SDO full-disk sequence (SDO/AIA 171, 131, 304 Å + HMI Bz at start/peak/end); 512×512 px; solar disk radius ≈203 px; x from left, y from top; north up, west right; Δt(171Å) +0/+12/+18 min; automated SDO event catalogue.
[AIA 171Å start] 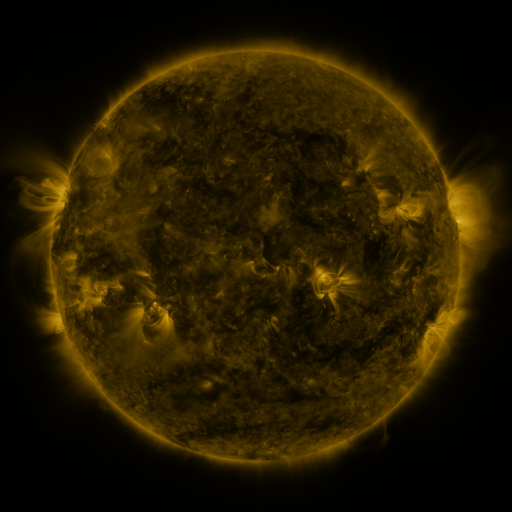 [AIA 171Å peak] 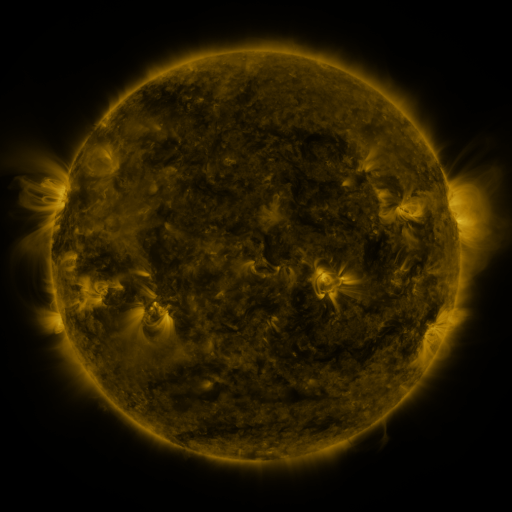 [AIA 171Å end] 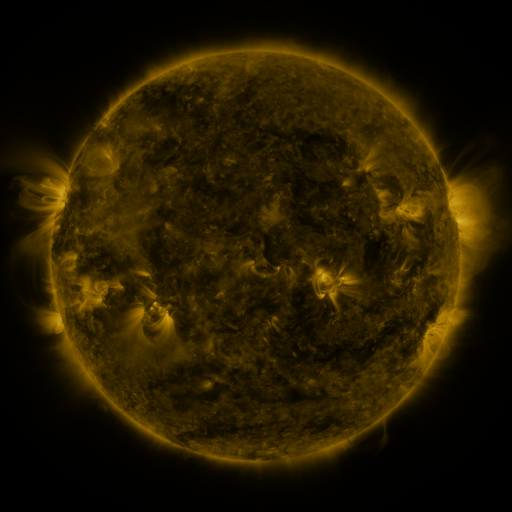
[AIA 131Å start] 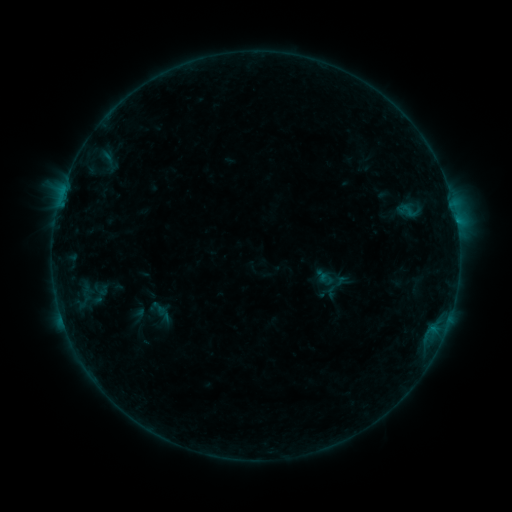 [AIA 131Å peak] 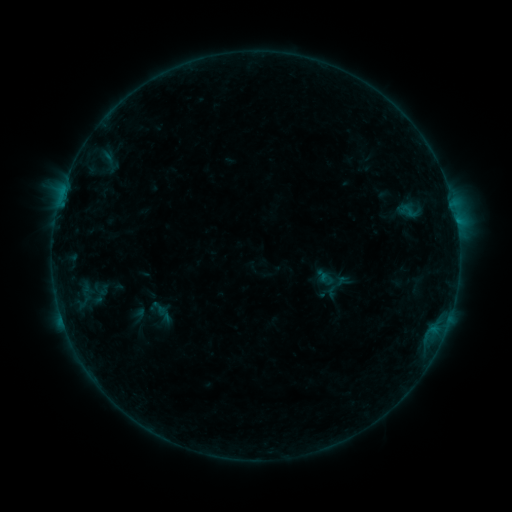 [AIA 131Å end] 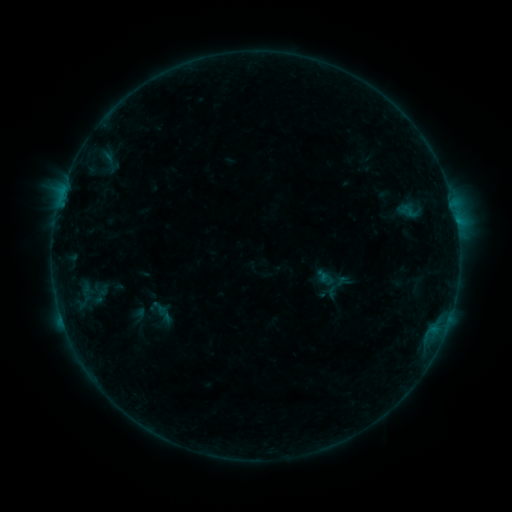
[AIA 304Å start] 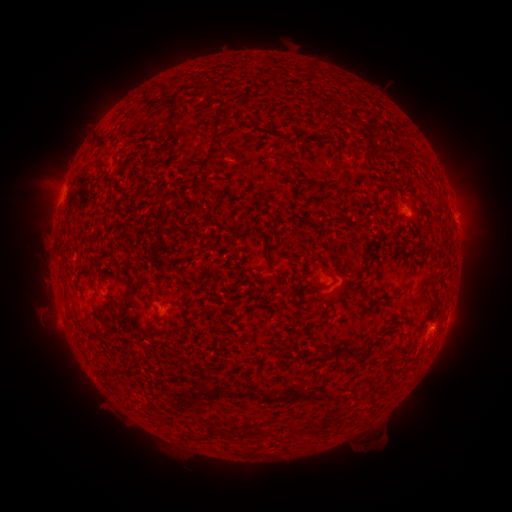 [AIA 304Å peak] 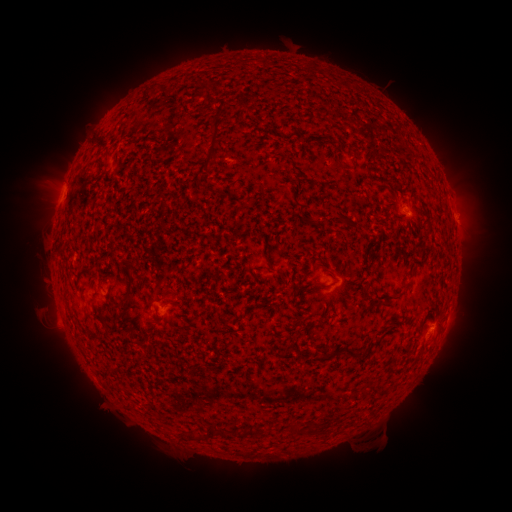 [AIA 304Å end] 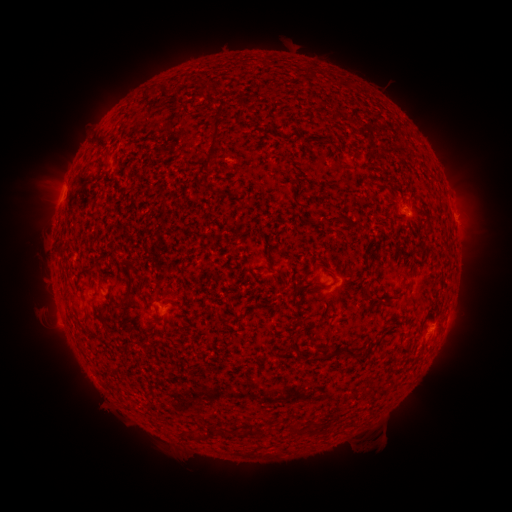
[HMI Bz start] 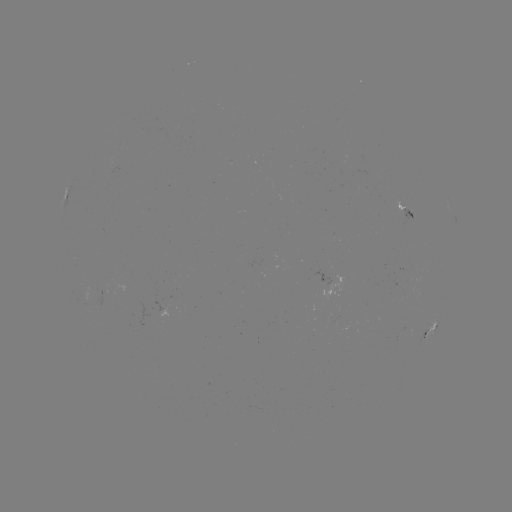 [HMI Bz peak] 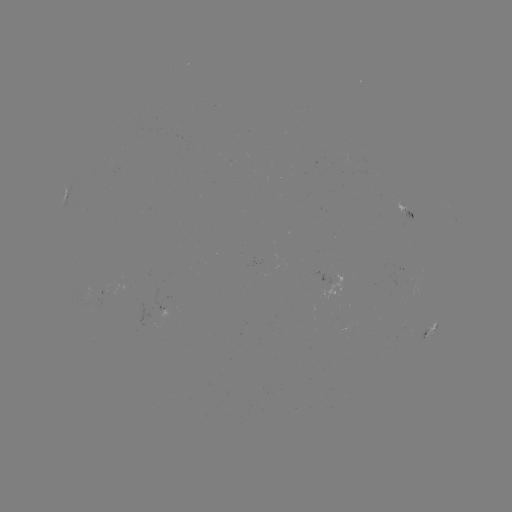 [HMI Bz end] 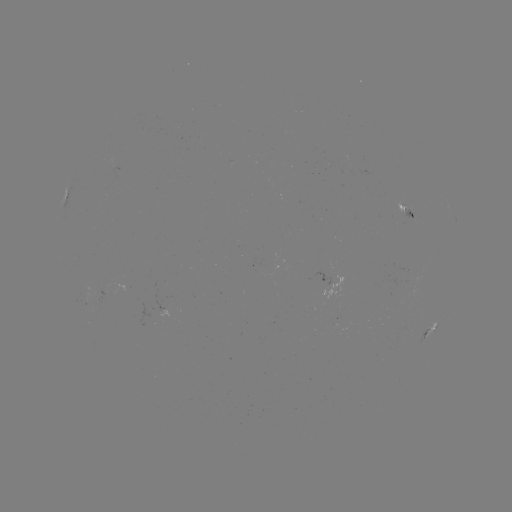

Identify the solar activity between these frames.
nothing was catalogued: no classed flare, no EUV trigger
